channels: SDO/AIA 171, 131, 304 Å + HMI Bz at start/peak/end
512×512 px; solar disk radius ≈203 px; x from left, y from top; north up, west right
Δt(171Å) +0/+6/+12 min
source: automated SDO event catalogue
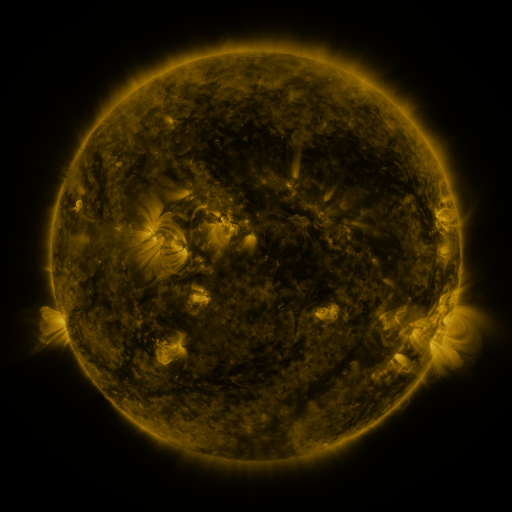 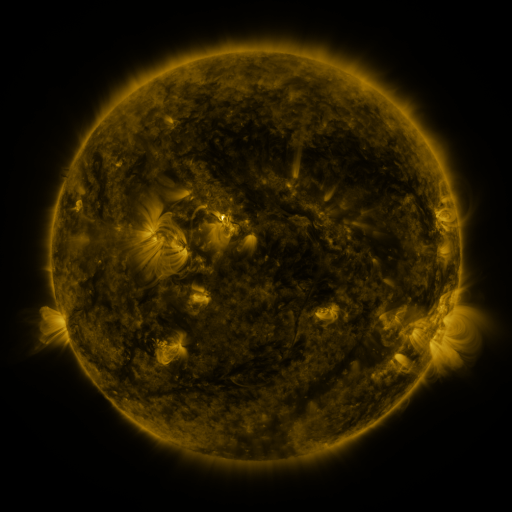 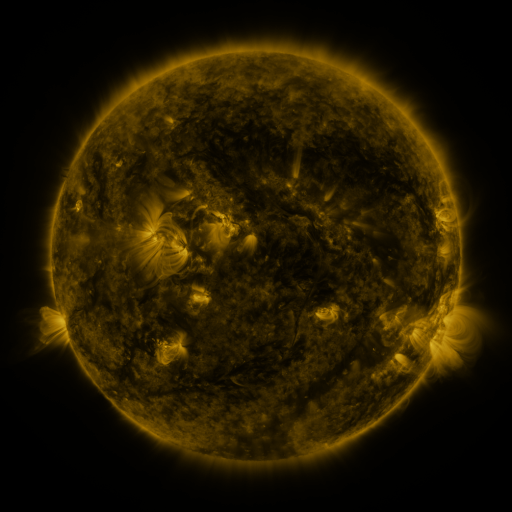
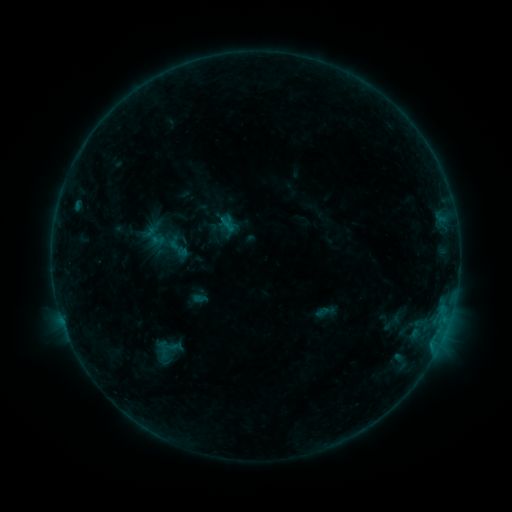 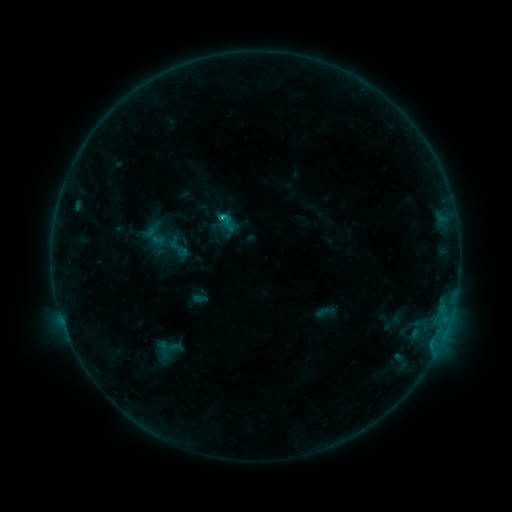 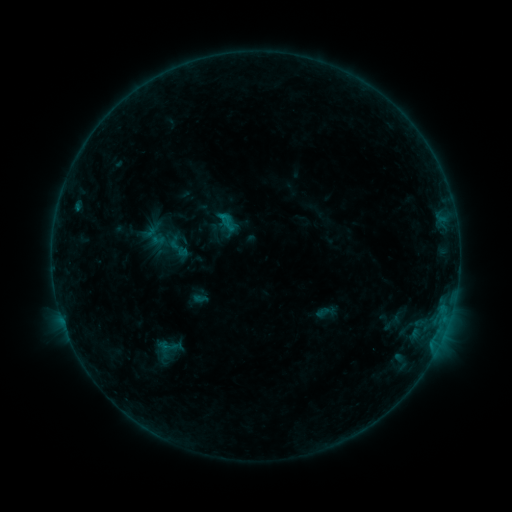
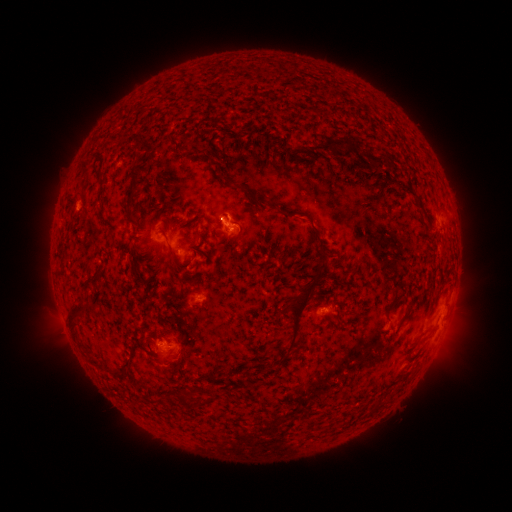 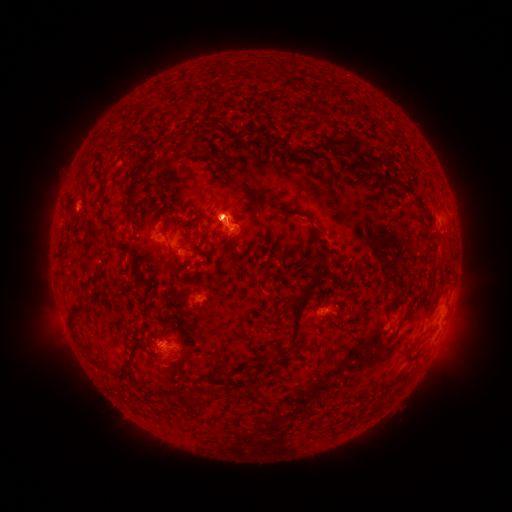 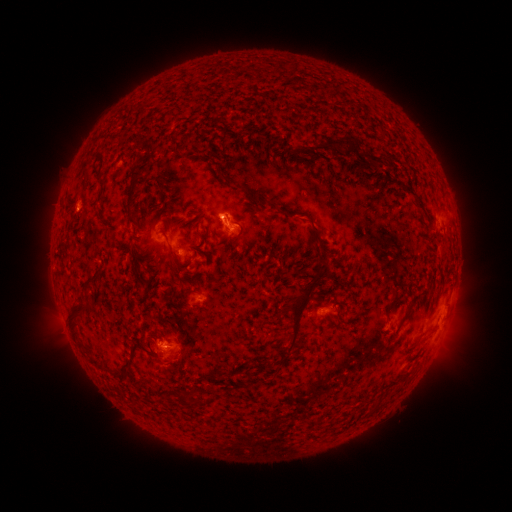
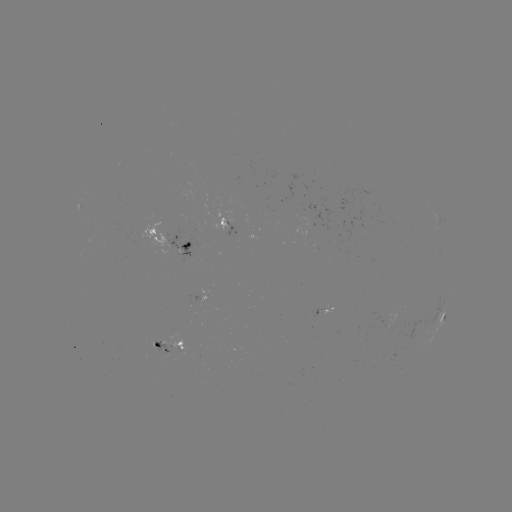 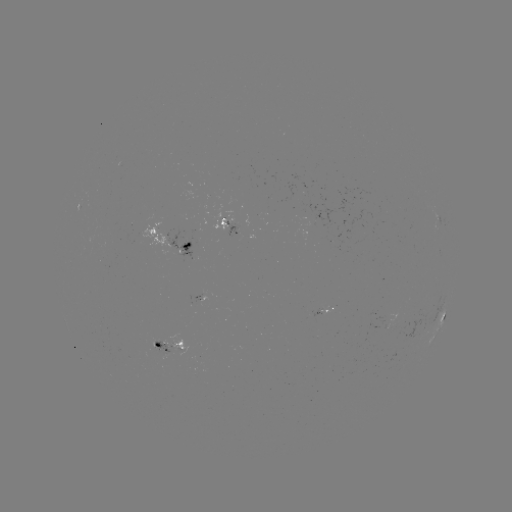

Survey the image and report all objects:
B5.9 flare: (222, 220)
